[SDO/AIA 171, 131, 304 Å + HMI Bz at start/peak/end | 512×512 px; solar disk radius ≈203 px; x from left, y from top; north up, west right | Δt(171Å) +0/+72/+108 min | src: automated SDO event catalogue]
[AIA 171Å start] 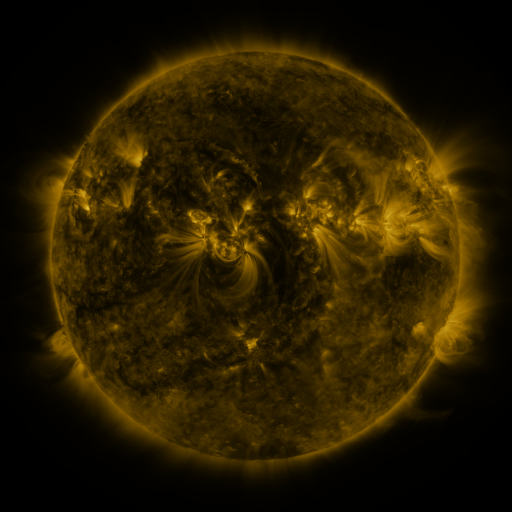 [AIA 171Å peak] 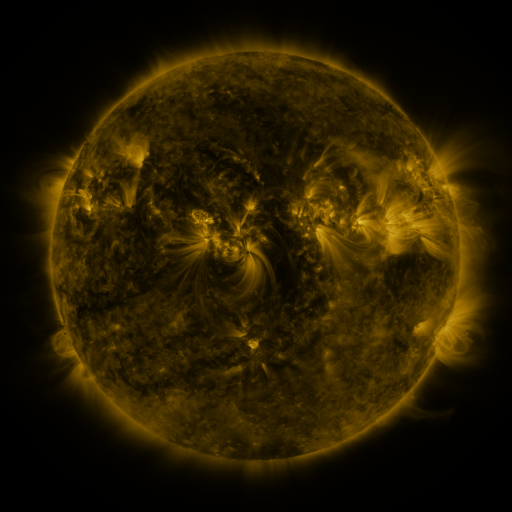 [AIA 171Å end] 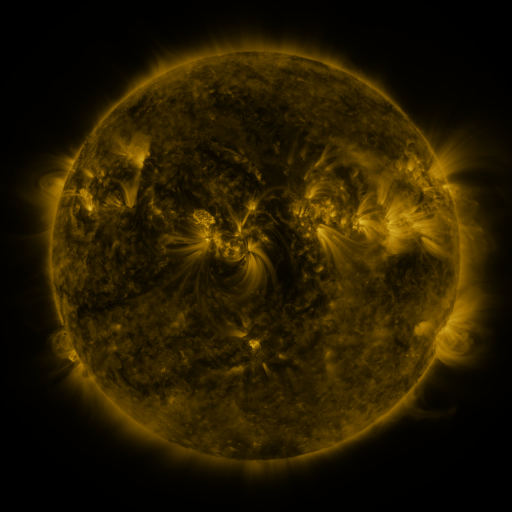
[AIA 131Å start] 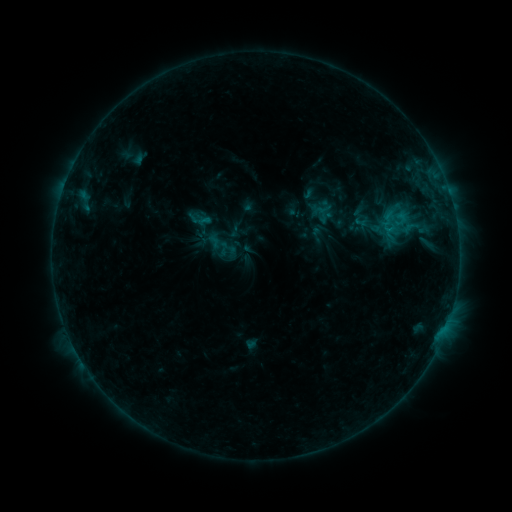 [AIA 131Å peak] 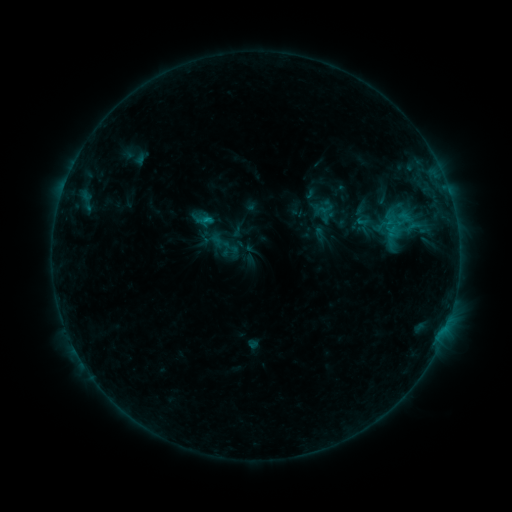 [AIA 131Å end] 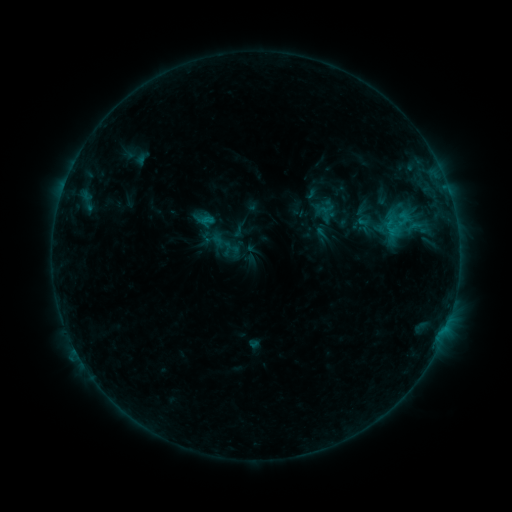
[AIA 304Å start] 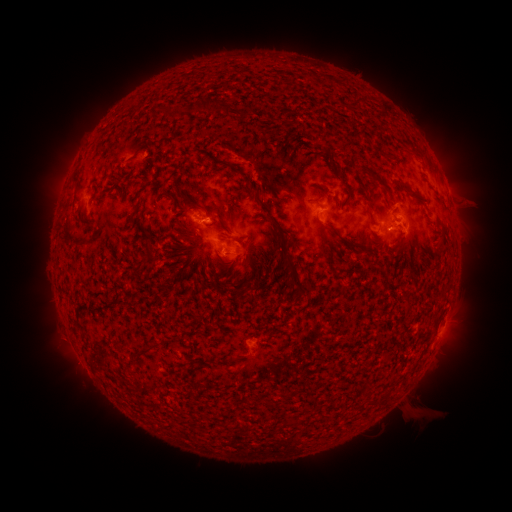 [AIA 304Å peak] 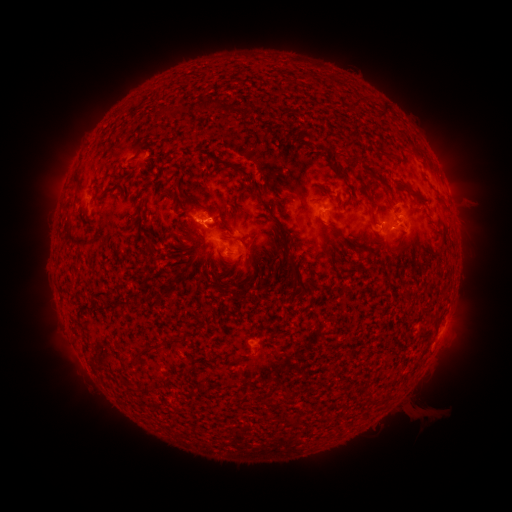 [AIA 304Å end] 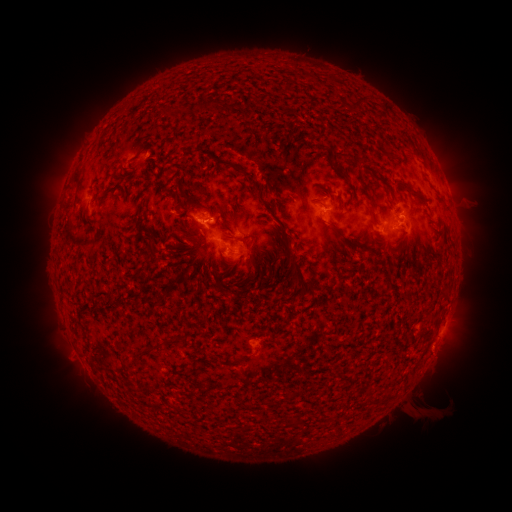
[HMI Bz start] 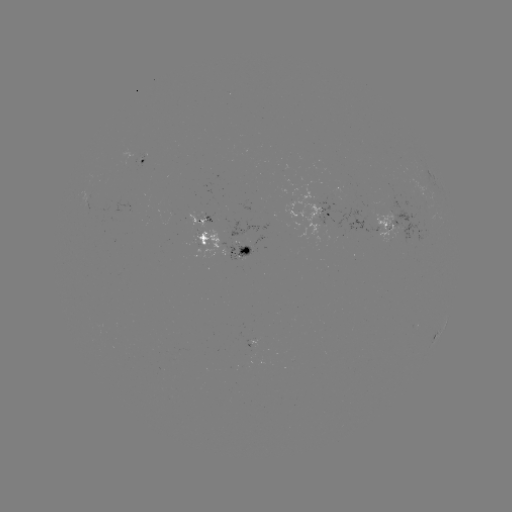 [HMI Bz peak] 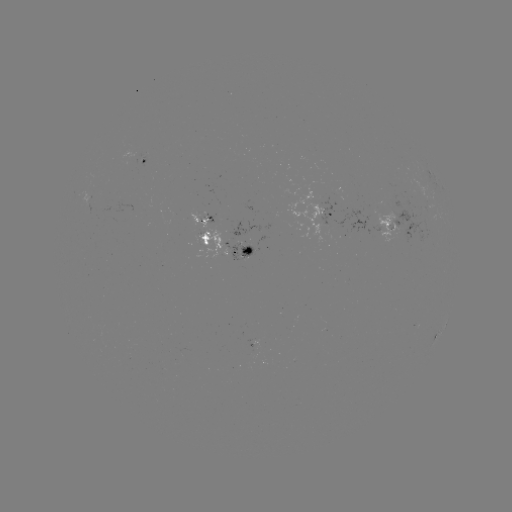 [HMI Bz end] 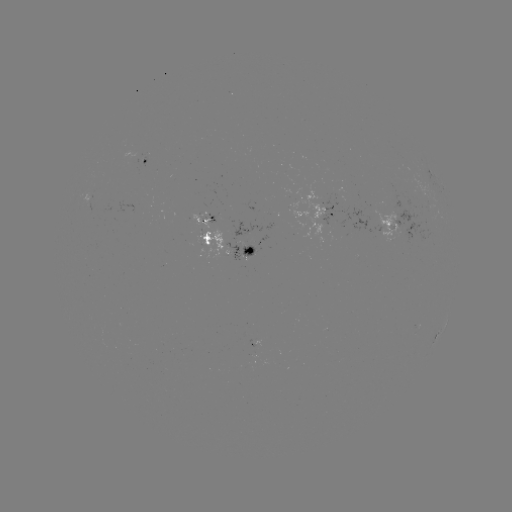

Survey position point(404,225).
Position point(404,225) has emerging-flux region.